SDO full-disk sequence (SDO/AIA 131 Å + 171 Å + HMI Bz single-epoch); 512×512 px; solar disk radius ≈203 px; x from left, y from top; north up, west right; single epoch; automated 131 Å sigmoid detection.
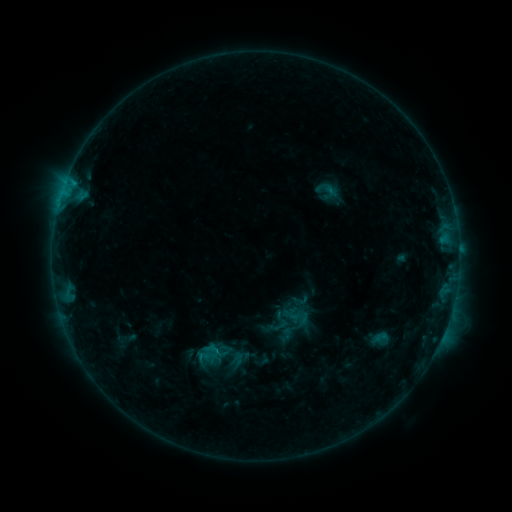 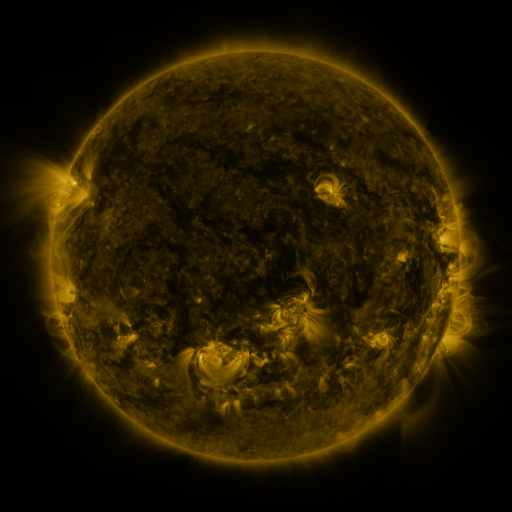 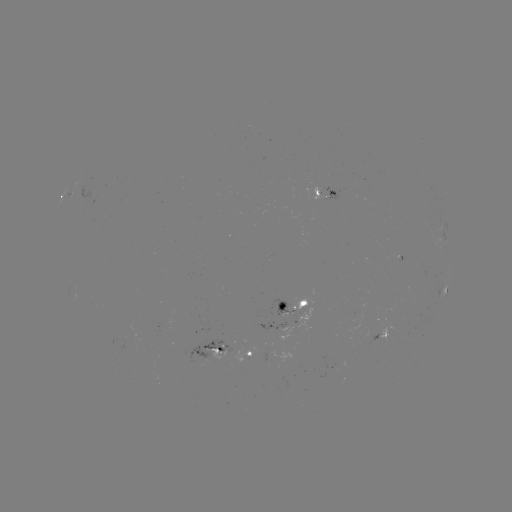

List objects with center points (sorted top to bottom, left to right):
sigmoid: (300, 300)
sigmoid: (298, 316)
